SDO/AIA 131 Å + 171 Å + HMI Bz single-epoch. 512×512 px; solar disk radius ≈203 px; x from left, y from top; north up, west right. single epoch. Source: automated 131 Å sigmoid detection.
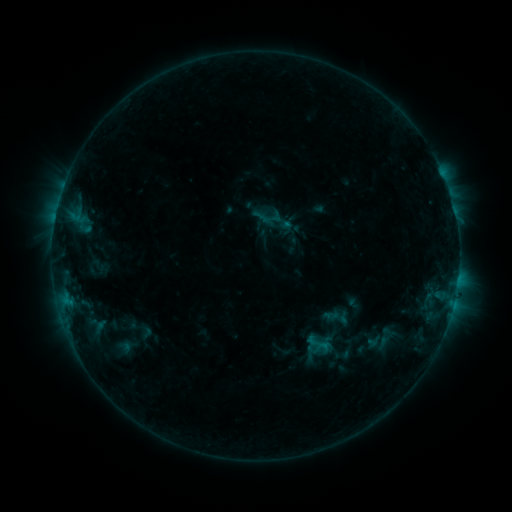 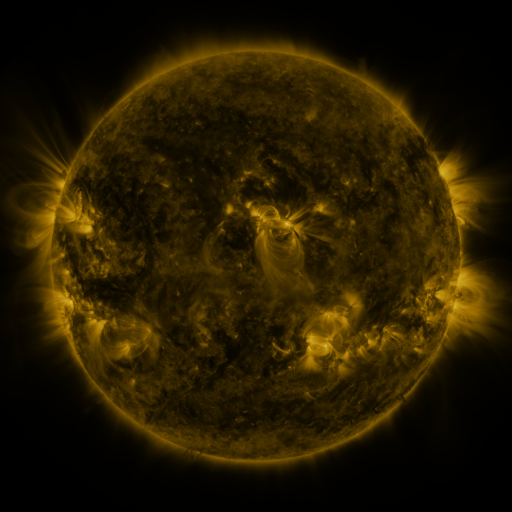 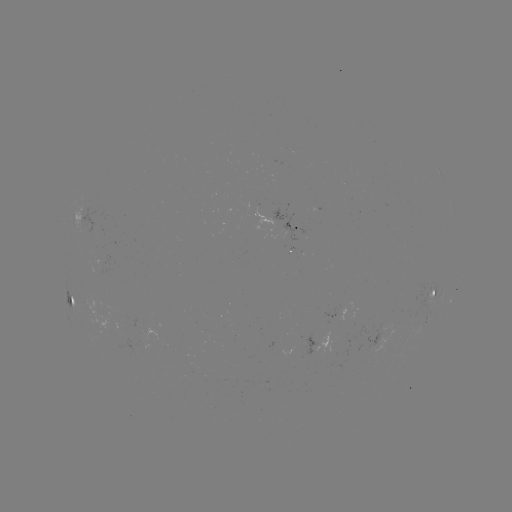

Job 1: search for sigmoid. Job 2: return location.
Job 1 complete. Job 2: (333, 316).